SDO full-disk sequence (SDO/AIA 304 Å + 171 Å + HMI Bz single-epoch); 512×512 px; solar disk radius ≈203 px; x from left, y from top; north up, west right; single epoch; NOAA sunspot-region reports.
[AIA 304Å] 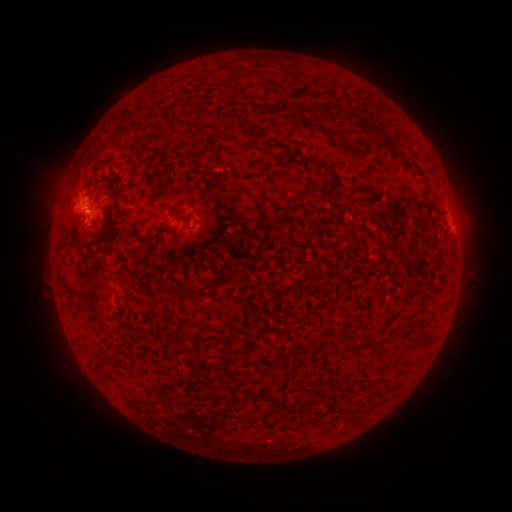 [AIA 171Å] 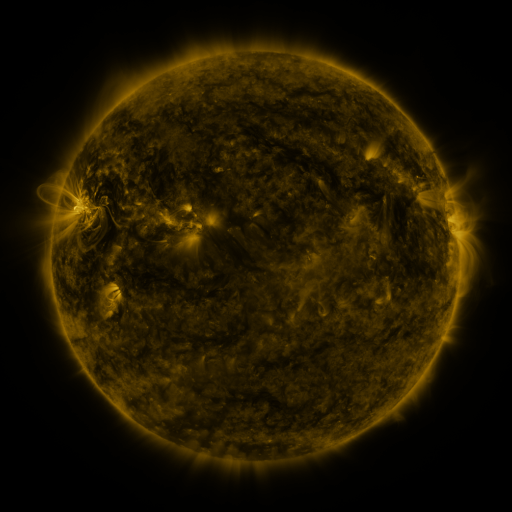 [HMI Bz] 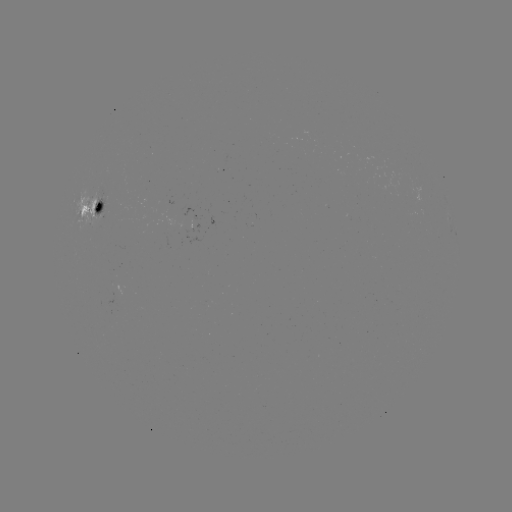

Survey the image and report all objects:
spotted active region: (93, 208)
spotted active region: (454, 227)
